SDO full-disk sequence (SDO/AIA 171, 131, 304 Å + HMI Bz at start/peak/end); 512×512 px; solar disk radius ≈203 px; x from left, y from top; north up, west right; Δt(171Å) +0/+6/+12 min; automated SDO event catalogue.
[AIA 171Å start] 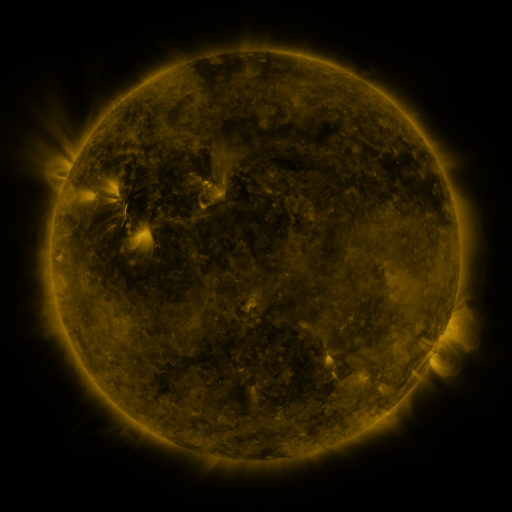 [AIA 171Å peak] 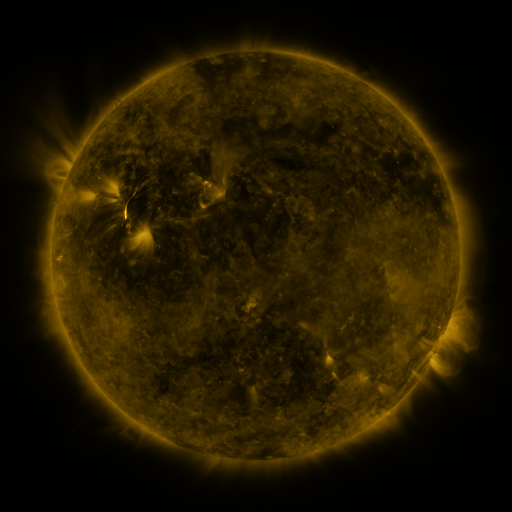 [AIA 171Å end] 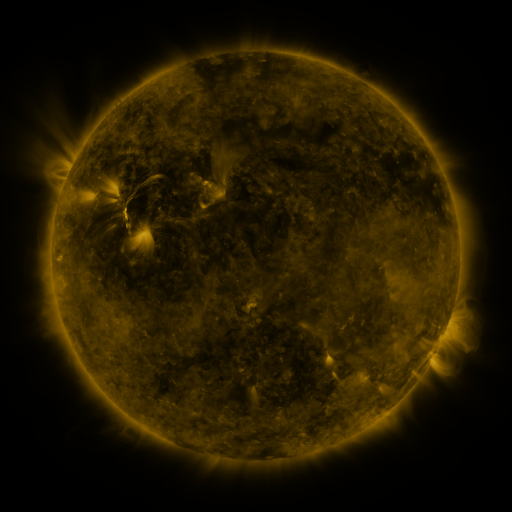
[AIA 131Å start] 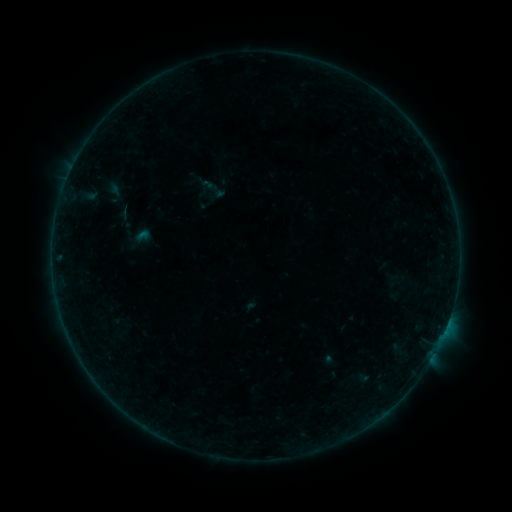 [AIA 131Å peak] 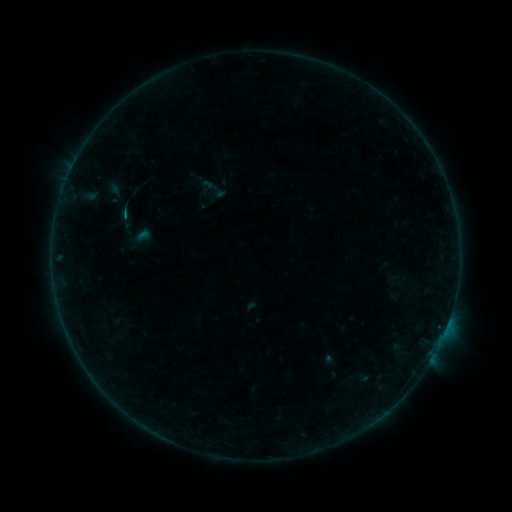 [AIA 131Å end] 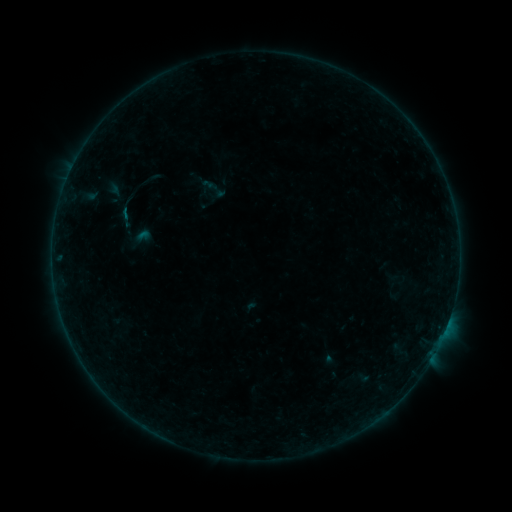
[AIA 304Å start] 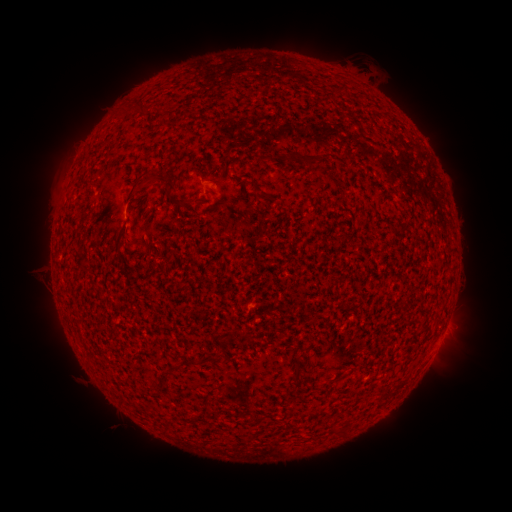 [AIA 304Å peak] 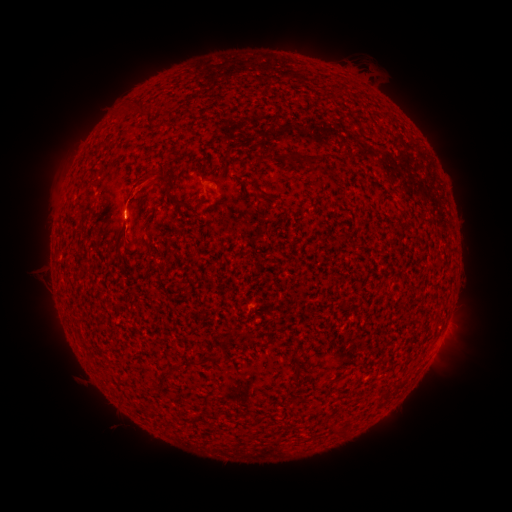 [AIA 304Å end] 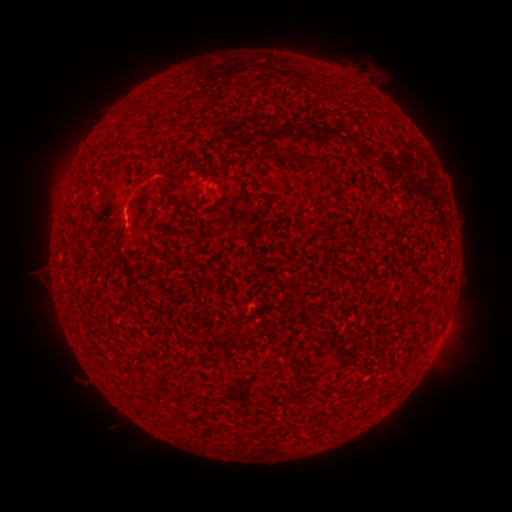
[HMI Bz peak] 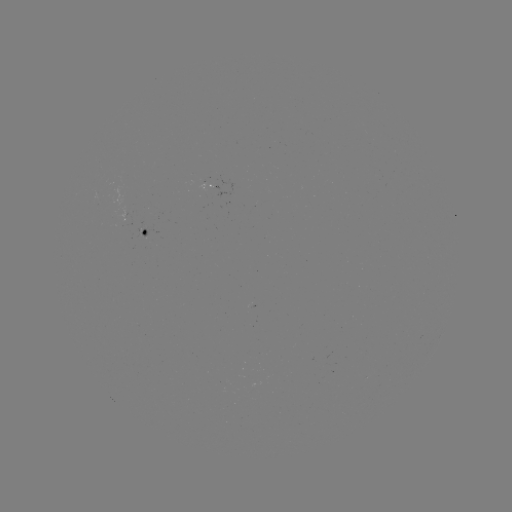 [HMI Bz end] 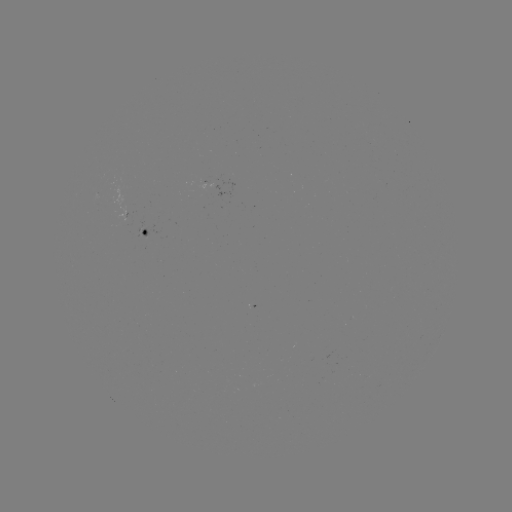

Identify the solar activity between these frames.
B1.0 flare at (127, 218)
